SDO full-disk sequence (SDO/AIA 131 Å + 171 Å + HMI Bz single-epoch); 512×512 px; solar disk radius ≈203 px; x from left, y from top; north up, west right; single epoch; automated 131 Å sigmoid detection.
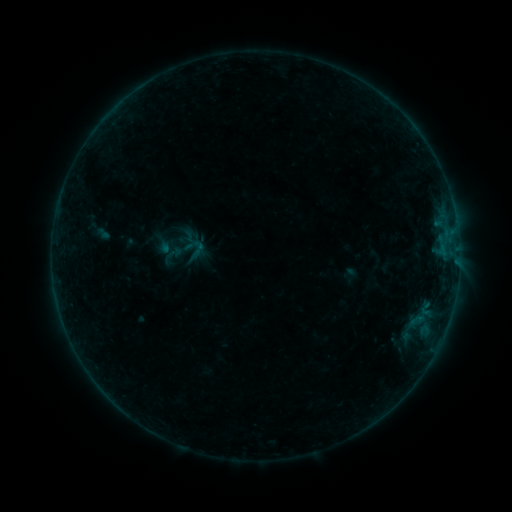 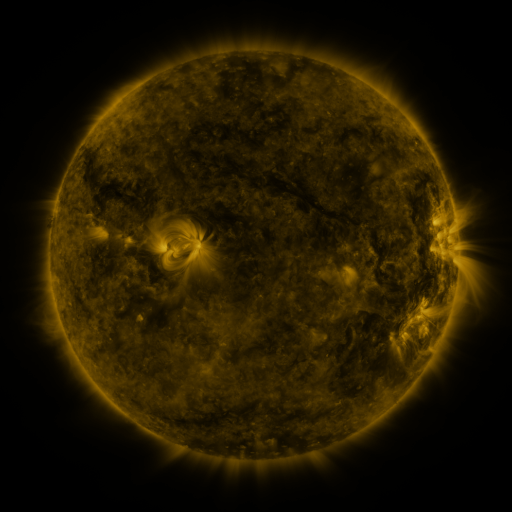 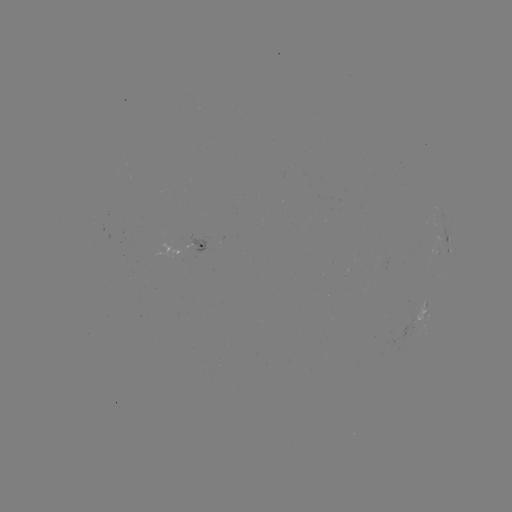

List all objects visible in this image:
sigmoid: [183, 235, 202, 256]
